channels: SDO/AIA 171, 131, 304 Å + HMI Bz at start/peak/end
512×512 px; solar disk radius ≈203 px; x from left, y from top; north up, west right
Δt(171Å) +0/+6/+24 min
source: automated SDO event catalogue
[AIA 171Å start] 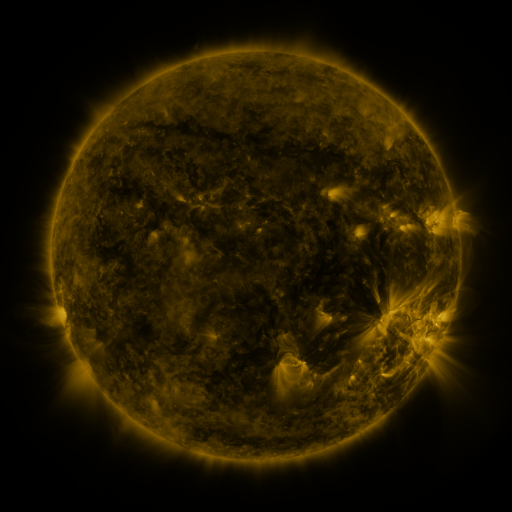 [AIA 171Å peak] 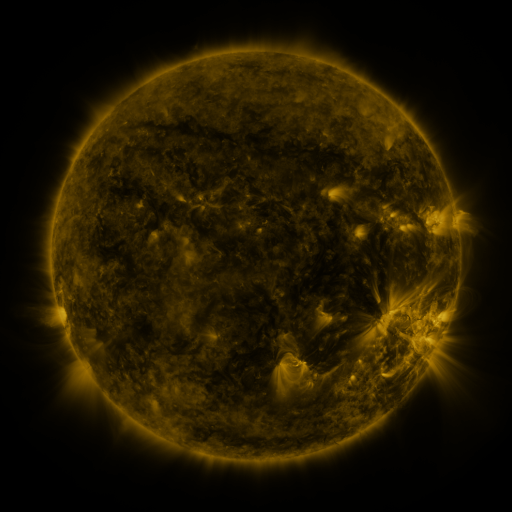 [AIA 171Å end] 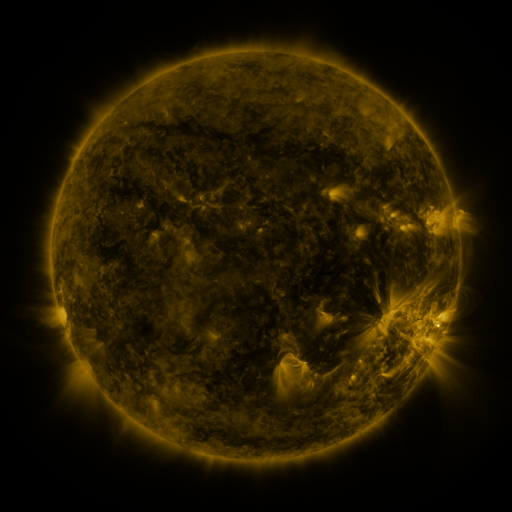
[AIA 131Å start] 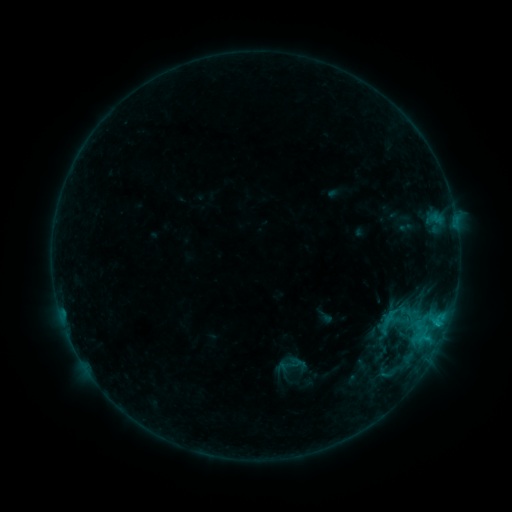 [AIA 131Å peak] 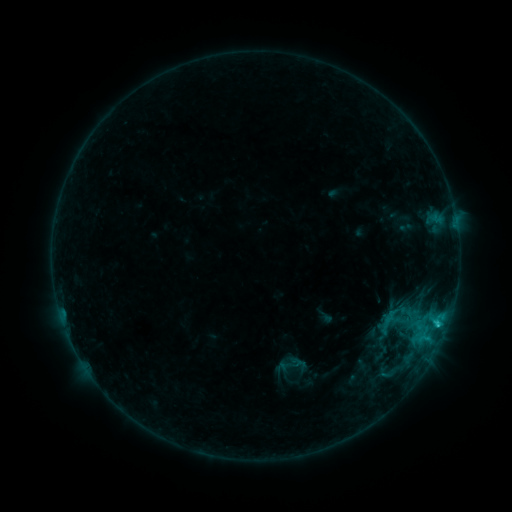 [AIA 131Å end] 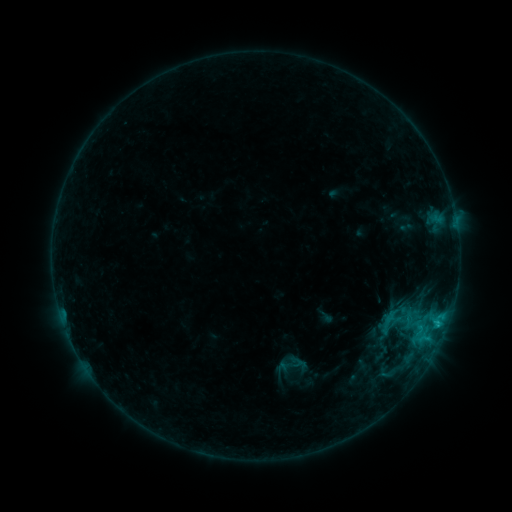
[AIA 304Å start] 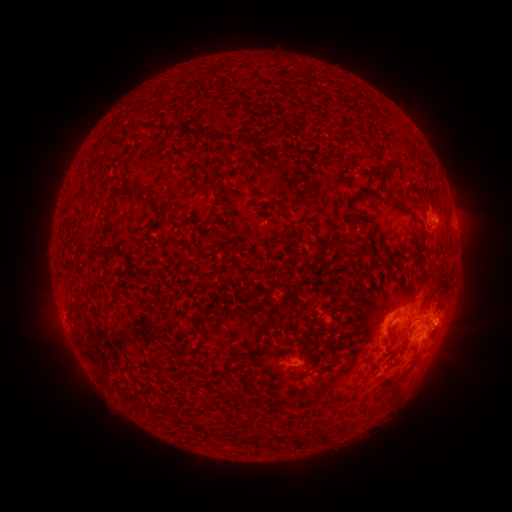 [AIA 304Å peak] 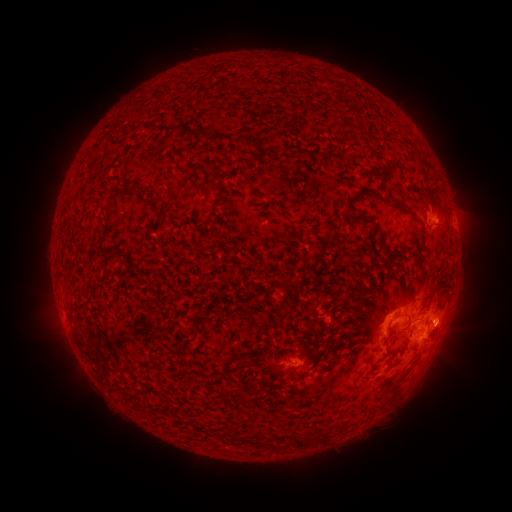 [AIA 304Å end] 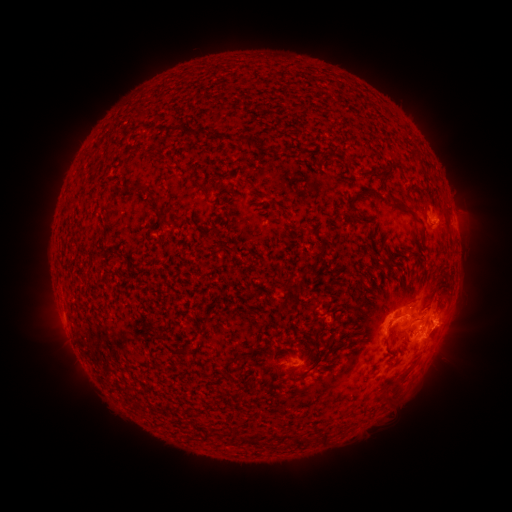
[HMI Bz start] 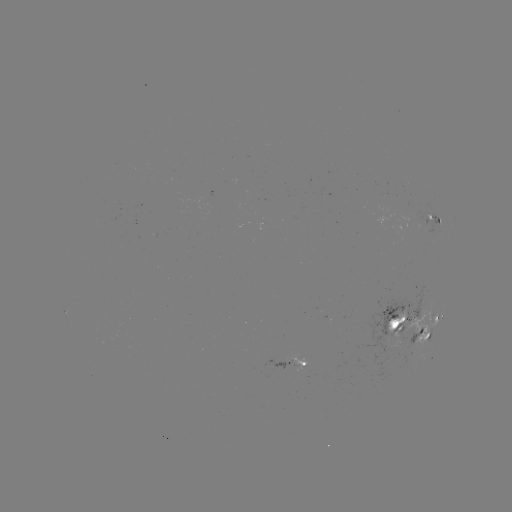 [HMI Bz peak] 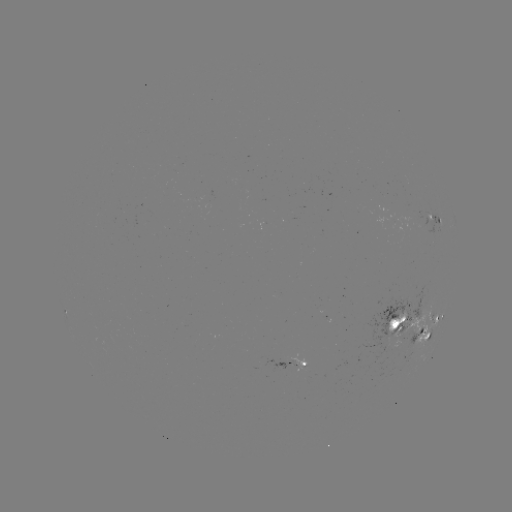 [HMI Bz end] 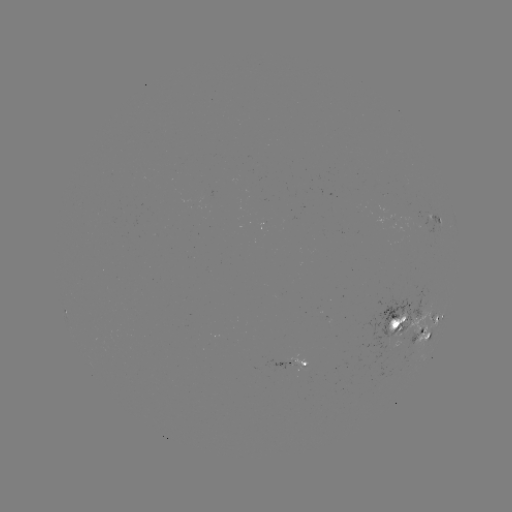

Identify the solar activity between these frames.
C1.8 flare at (436, 324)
